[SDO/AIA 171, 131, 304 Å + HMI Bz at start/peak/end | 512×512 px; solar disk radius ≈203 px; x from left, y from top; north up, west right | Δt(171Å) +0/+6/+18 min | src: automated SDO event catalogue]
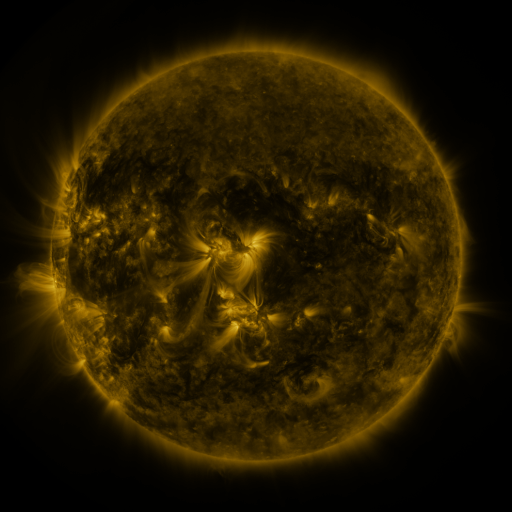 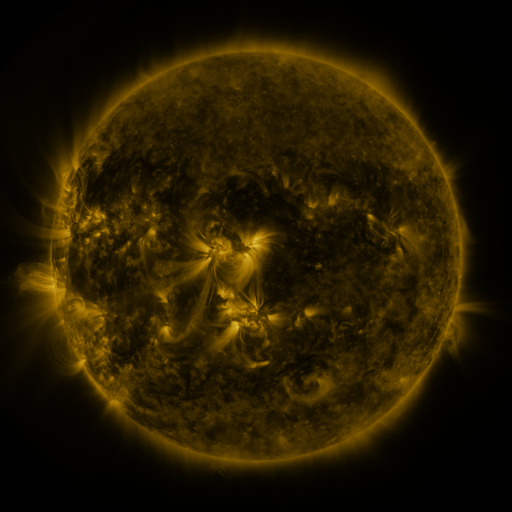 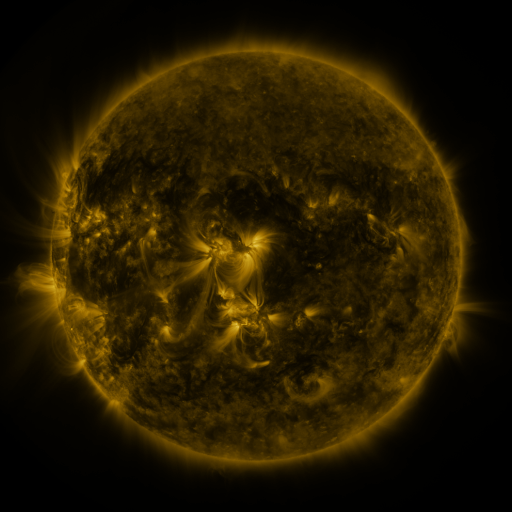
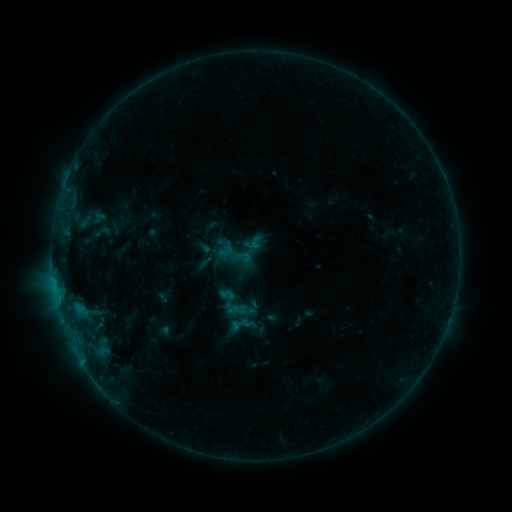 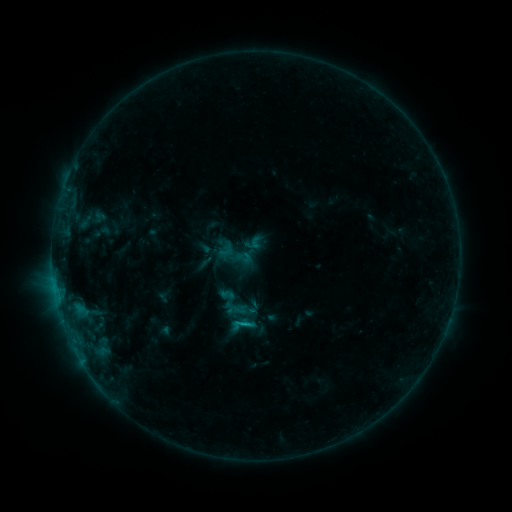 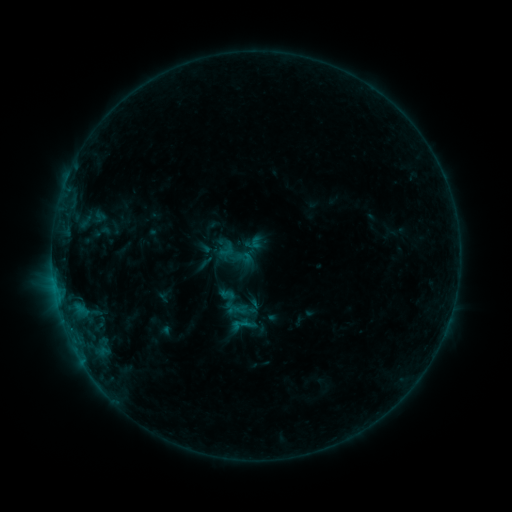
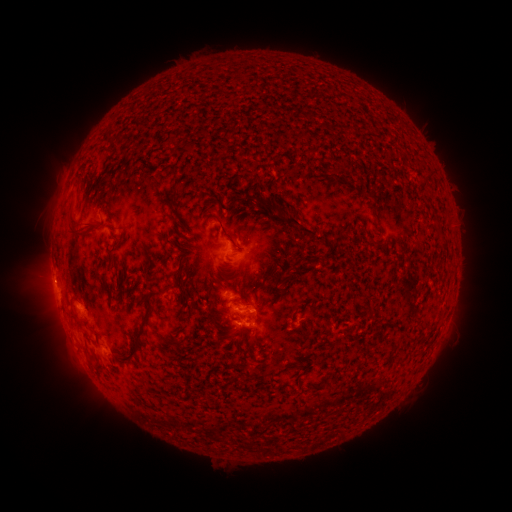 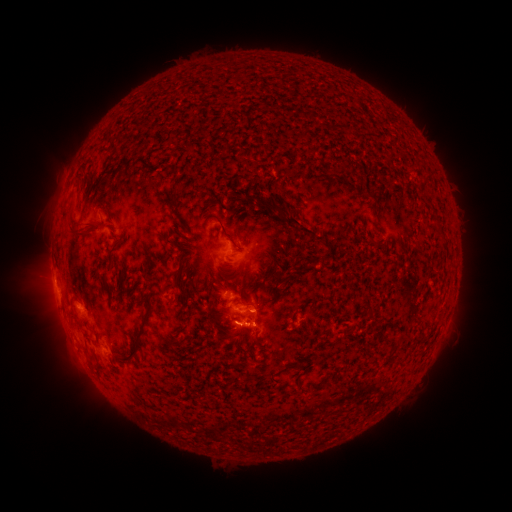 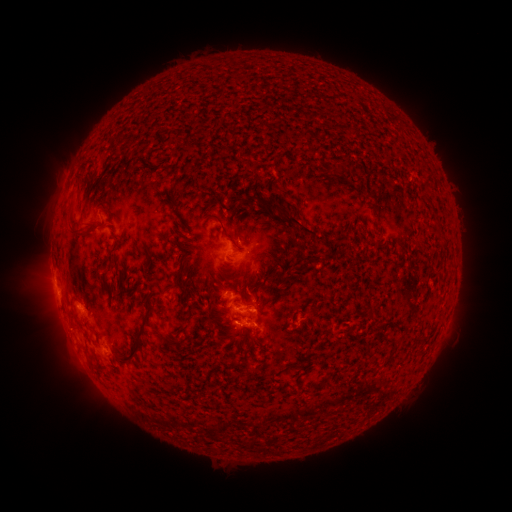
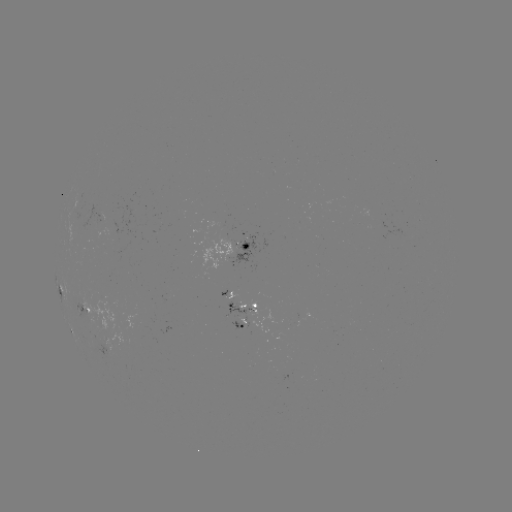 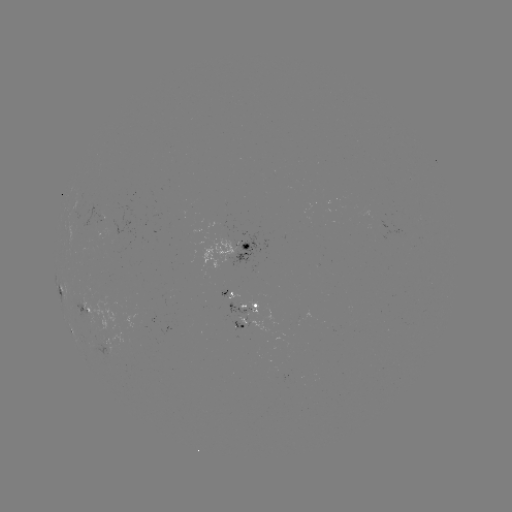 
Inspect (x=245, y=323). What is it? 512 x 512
B7.9 flare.